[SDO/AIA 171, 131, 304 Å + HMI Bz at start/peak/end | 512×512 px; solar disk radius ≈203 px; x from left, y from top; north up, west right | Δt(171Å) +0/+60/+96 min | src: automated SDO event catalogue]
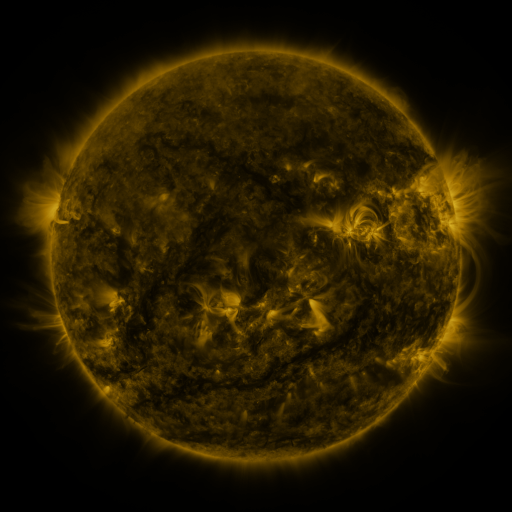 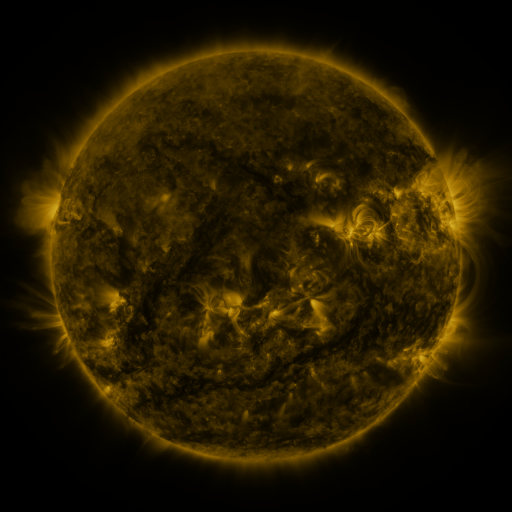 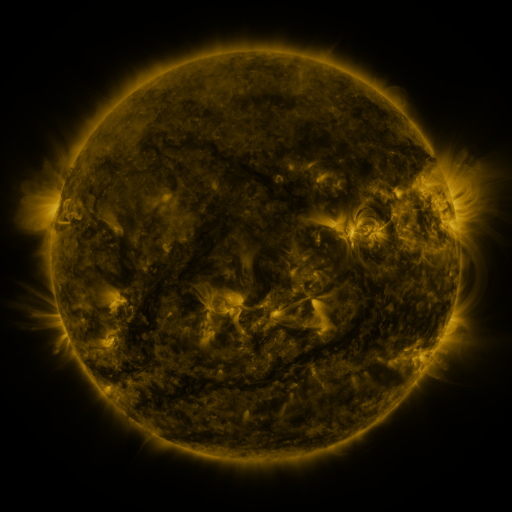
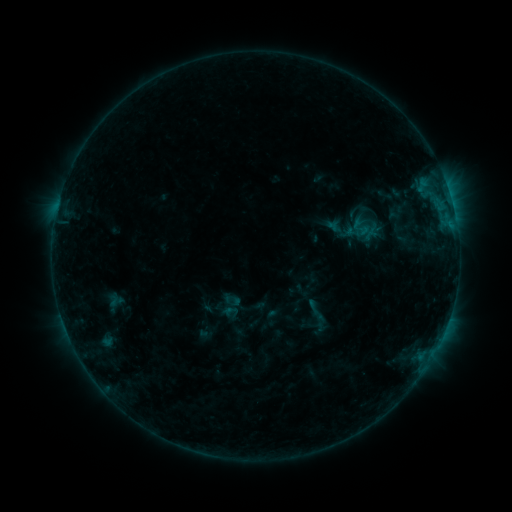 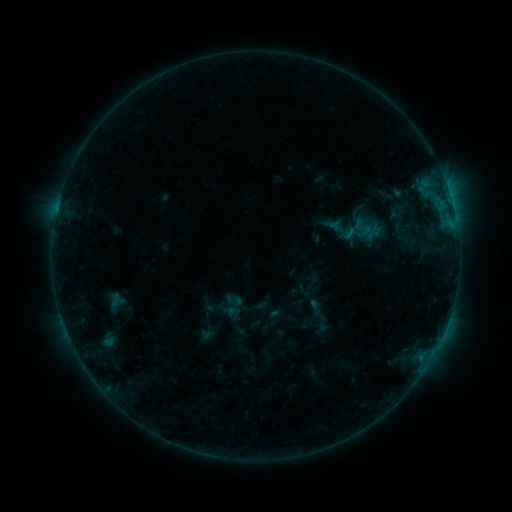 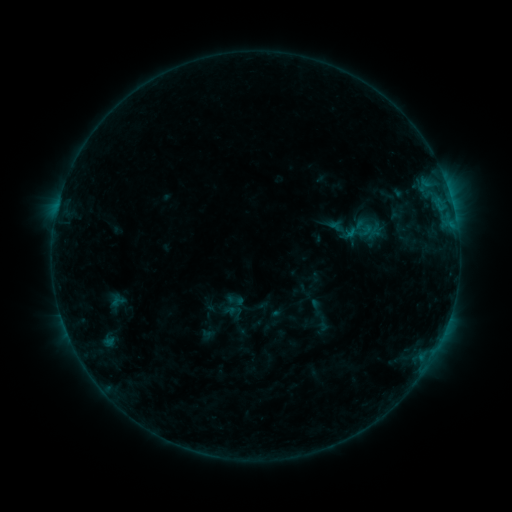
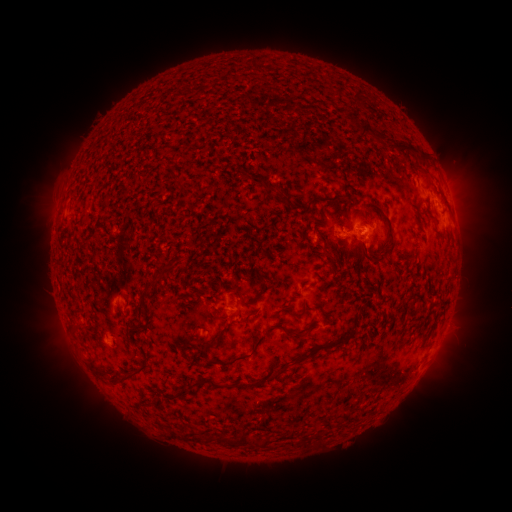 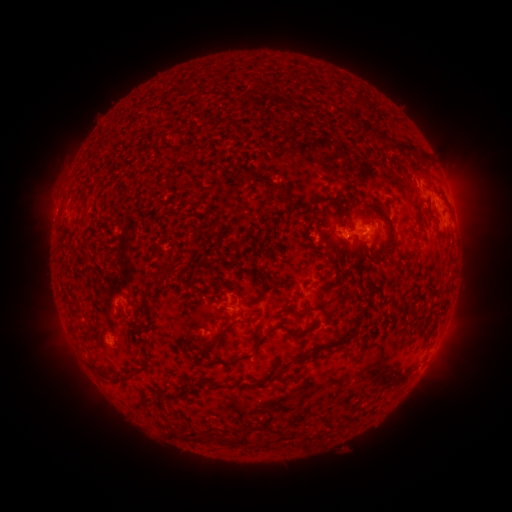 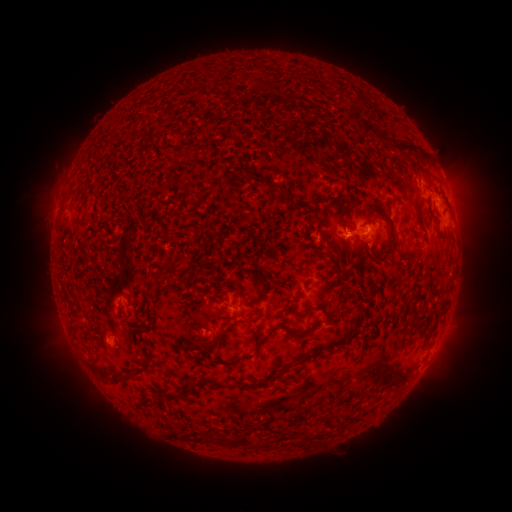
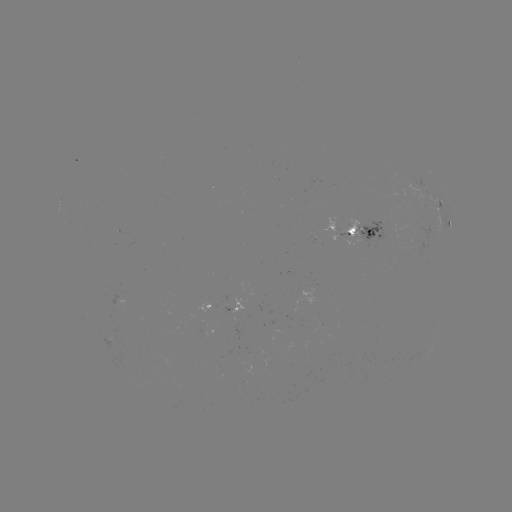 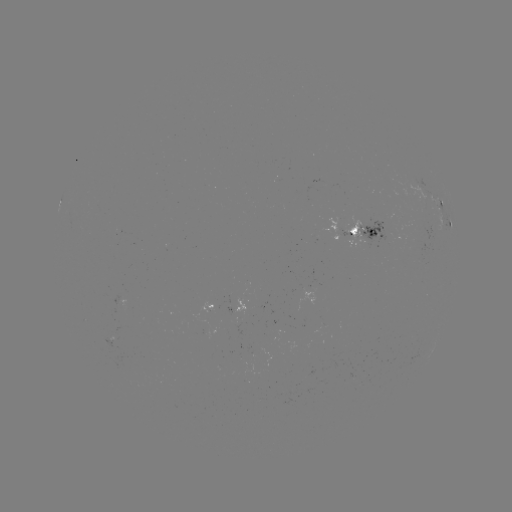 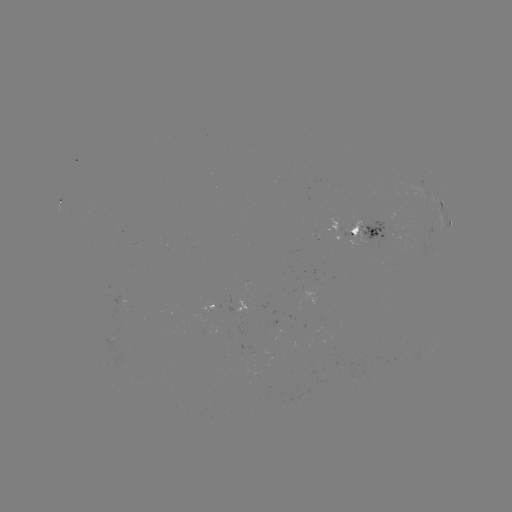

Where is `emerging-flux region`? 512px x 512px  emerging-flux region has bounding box [246, 347, 271, 365].